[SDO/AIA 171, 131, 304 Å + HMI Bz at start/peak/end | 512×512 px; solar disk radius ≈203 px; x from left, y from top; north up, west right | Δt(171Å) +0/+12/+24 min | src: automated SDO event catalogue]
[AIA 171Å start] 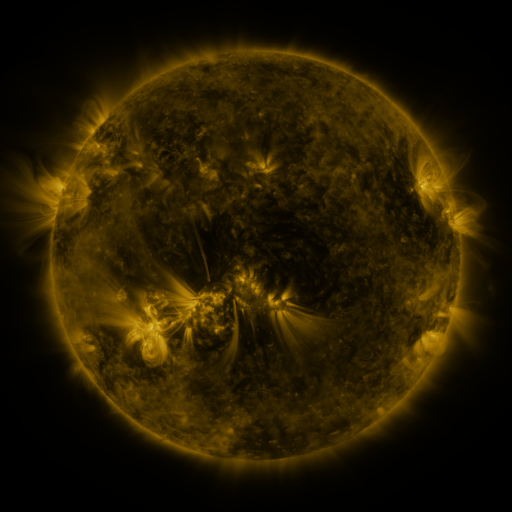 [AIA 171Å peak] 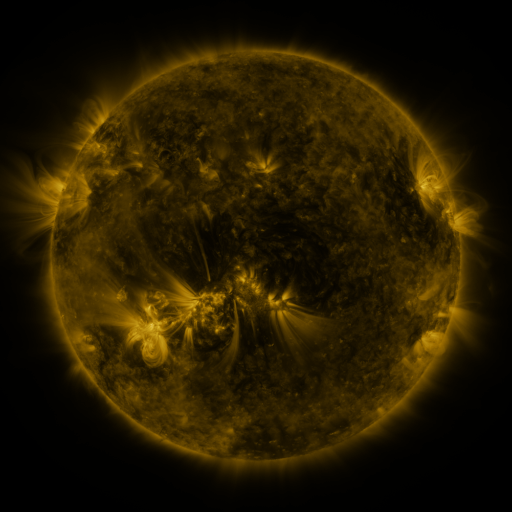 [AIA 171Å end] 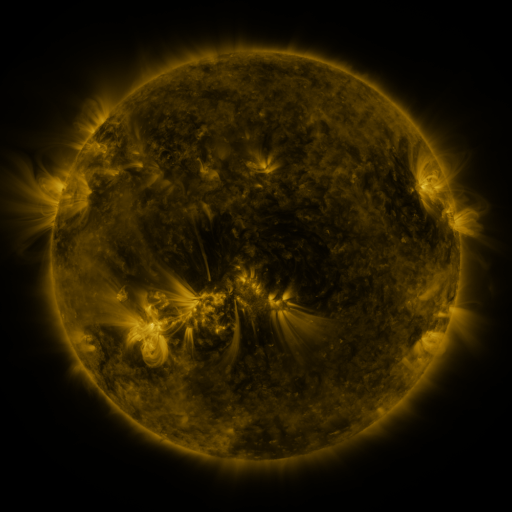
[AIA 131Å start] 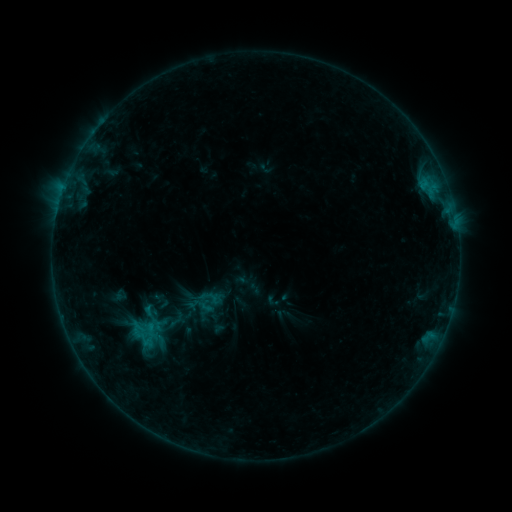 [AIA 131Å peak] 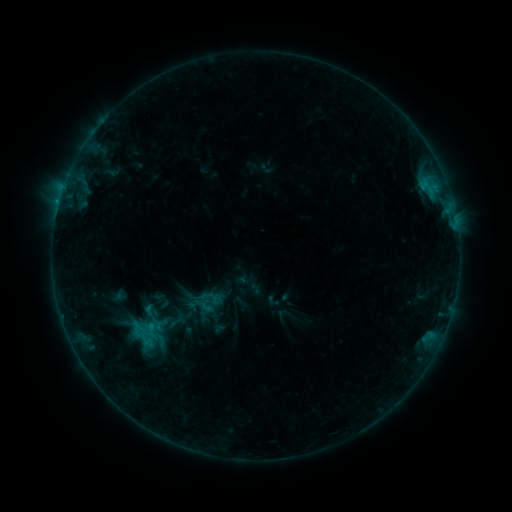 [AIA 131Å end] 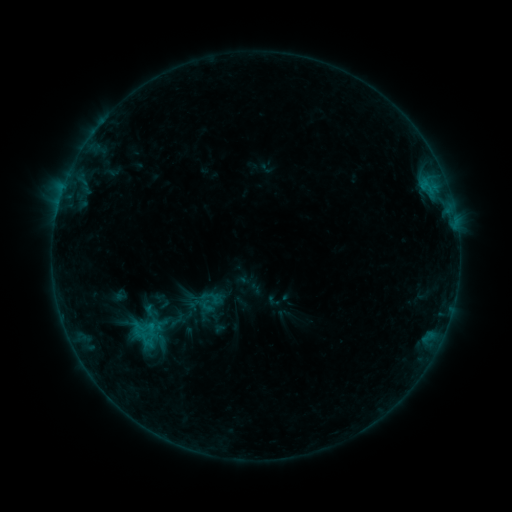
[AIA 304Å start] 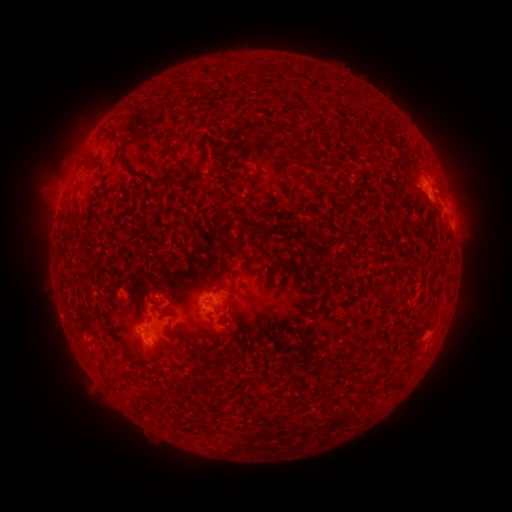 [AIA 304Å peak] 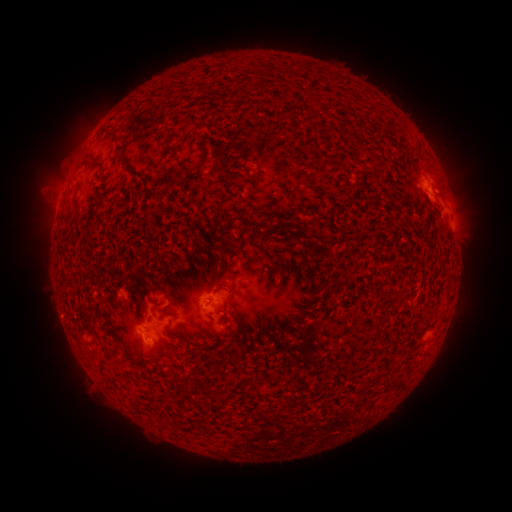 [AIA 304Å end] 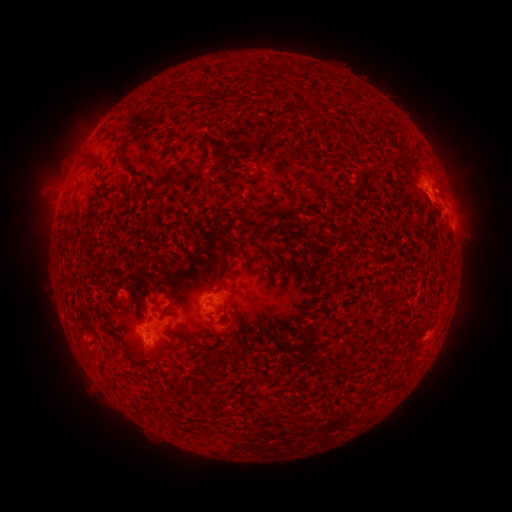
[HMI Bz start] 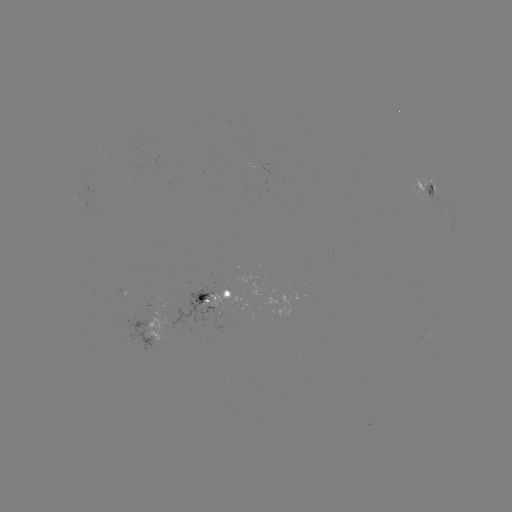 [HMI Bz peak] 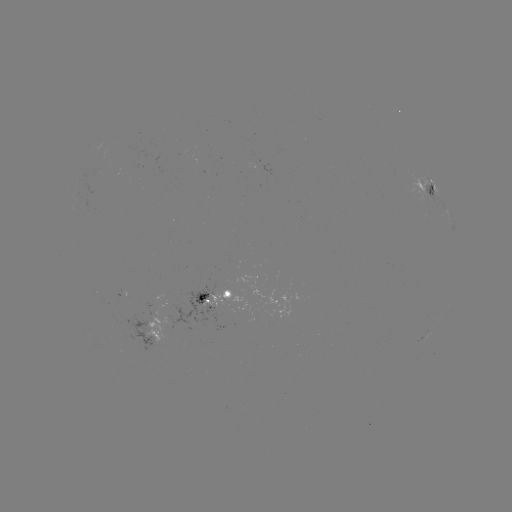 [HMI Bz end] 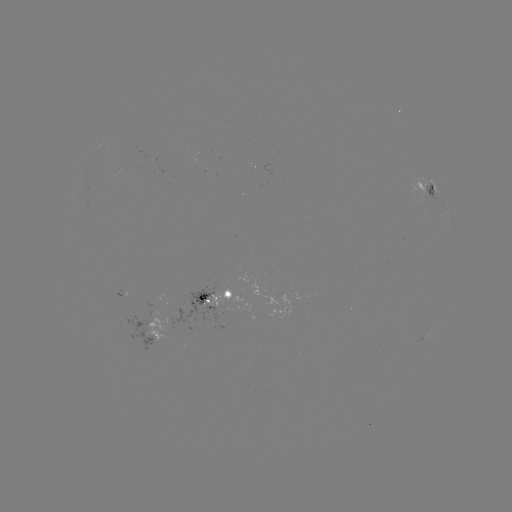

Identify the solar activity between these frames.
no flare in any classed list; no EUV-trigger detection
